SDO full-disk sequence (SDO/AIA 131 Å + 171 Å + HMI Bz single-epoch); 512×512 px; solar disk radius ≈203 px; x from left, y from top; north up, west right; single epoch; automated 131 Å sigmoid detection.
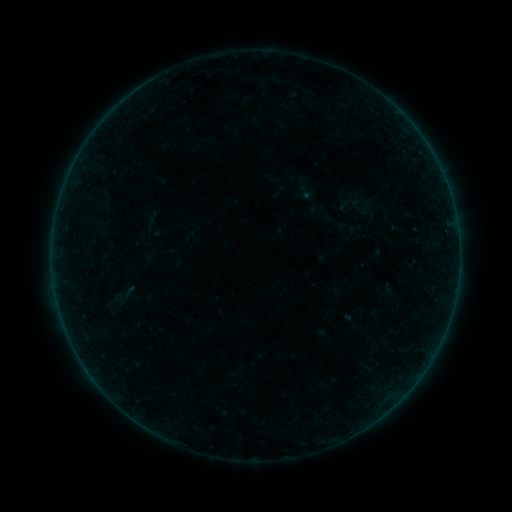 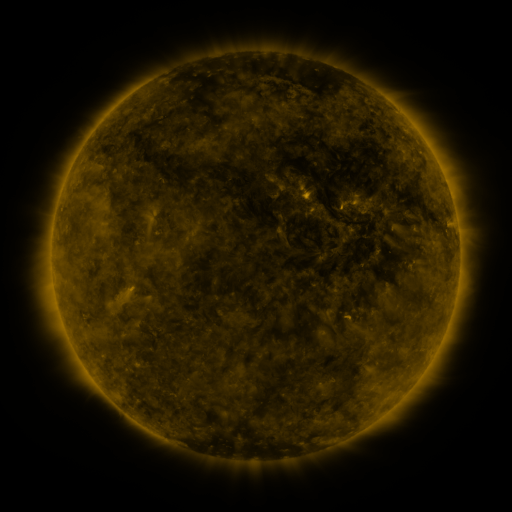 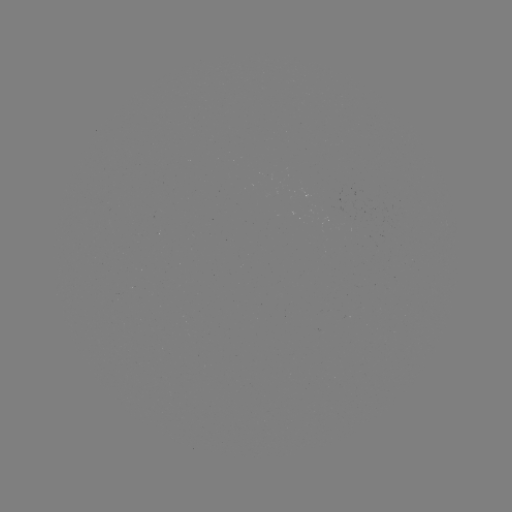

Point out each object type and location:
sigmoid: (305, 190)
